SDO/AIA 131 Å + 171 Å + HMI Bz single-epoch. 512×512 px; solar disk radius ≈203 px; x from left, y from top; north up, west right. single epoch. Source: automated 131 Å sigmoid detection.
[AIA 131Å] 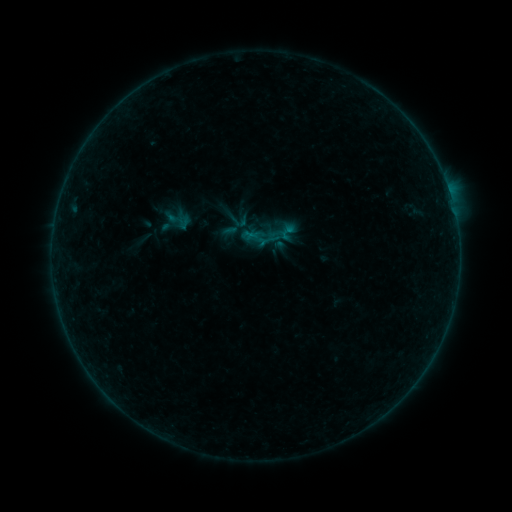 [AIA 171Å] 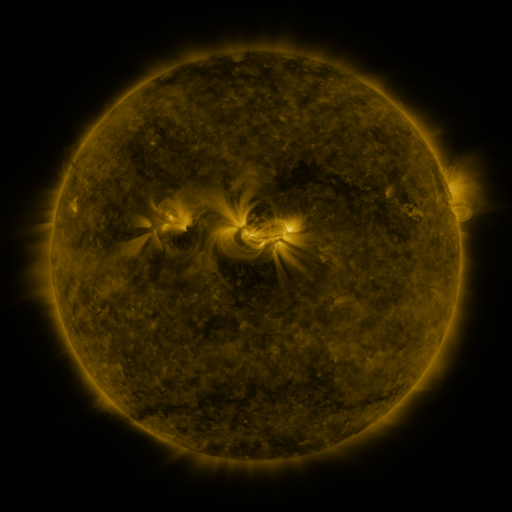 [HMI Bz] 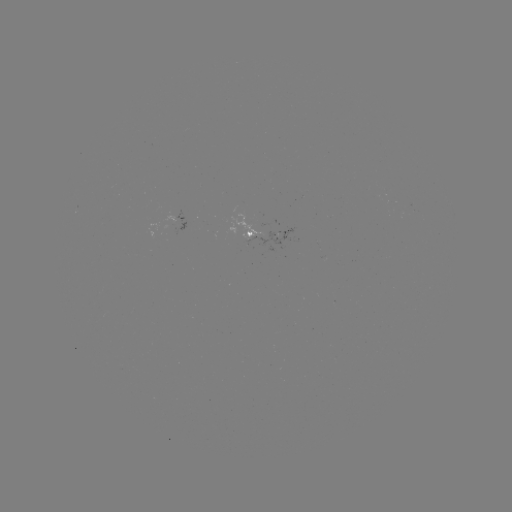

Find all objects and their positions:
sigmoid: (179, 221)
sigmoid: (289, 232)
